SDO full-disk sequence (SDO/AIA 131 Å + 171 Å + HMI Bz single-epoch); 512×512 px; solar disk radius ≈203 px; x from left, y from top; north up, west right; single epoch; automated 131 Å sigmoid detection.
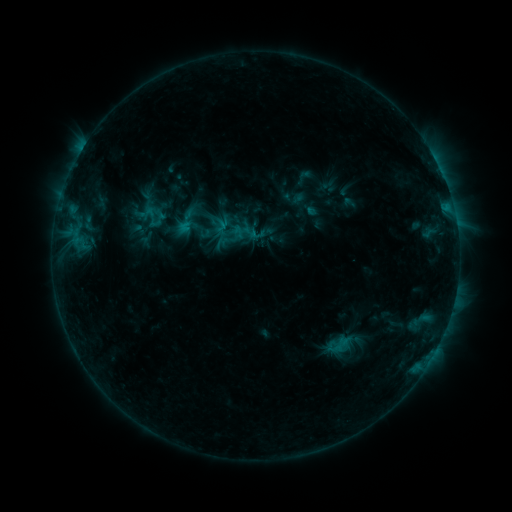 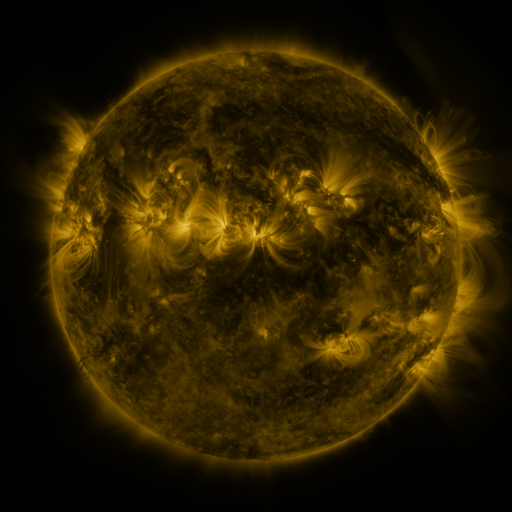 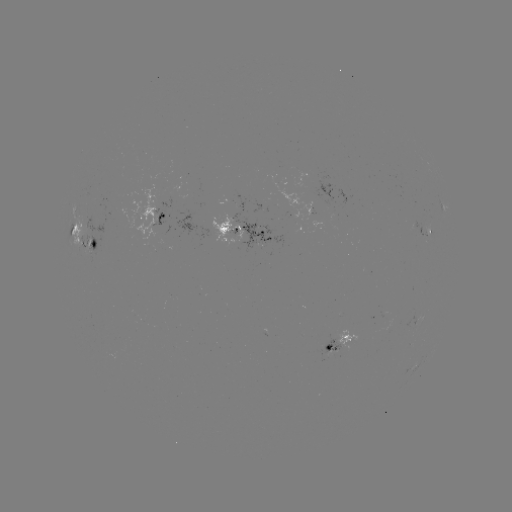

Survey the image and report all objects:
sigmoid: (152, 217)
sigmoid: (337, 345)
